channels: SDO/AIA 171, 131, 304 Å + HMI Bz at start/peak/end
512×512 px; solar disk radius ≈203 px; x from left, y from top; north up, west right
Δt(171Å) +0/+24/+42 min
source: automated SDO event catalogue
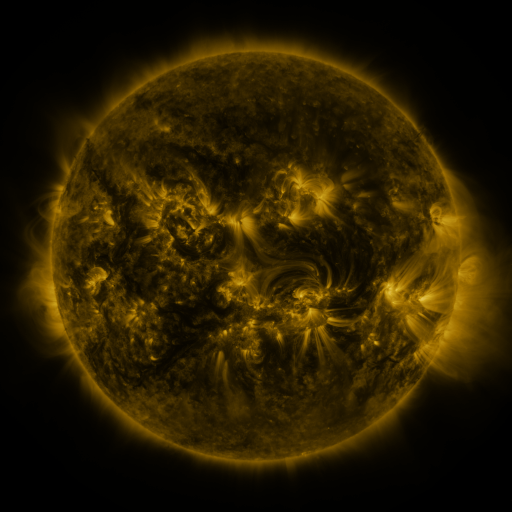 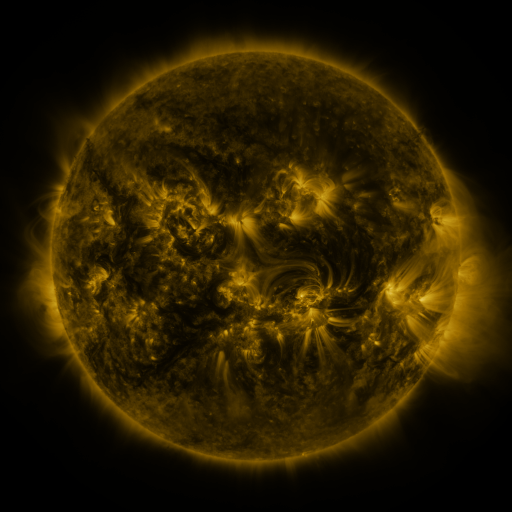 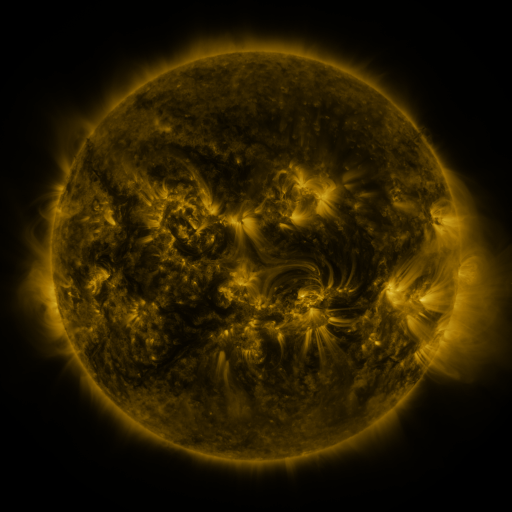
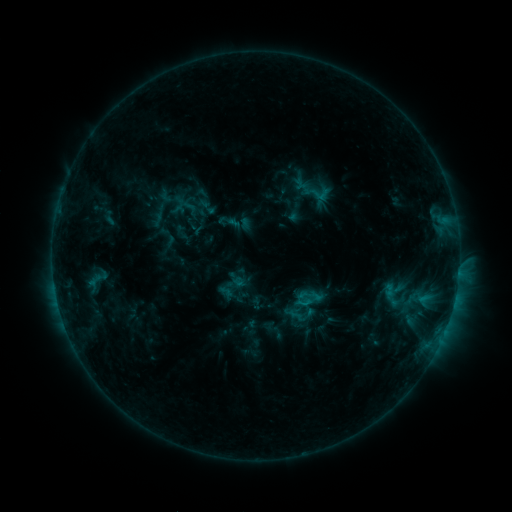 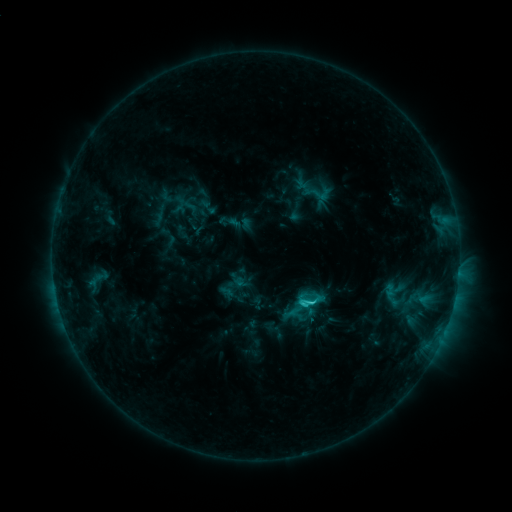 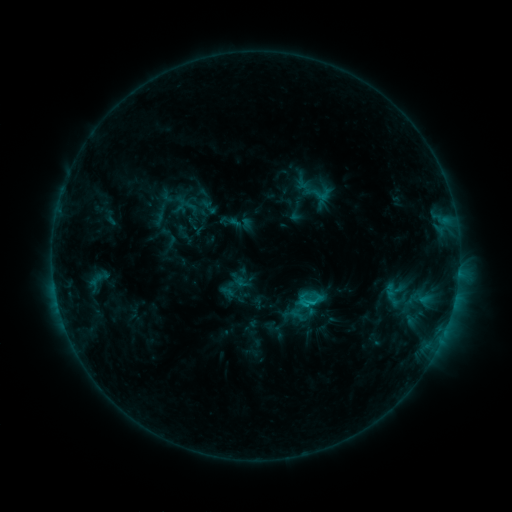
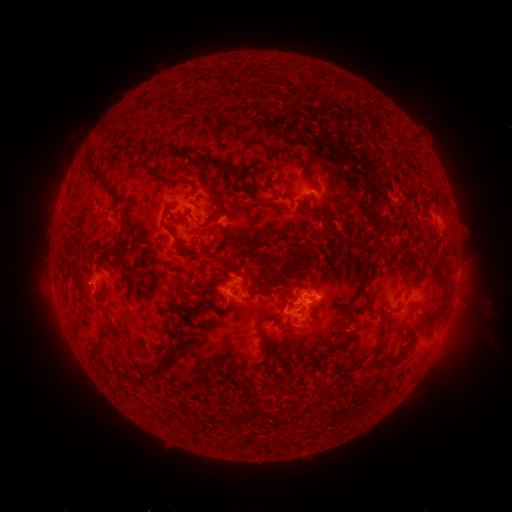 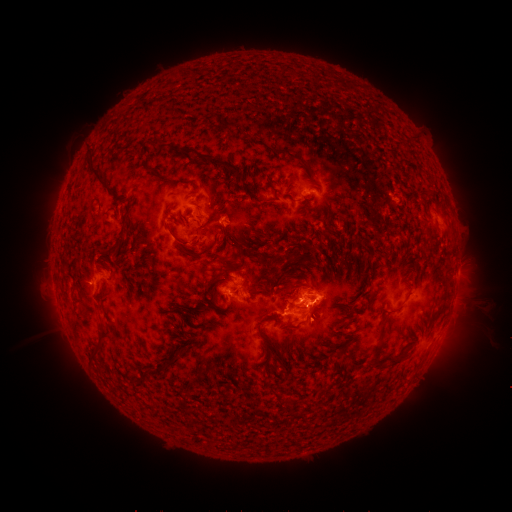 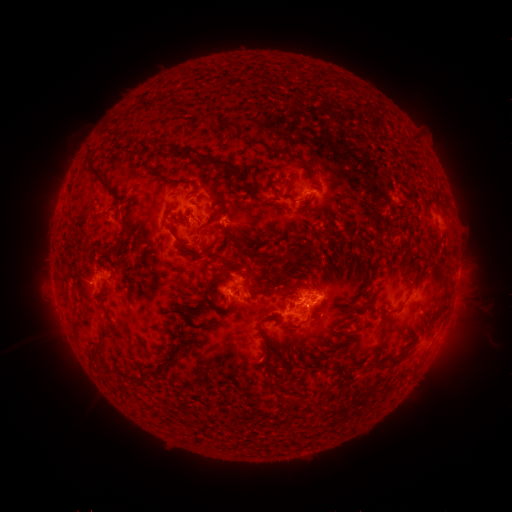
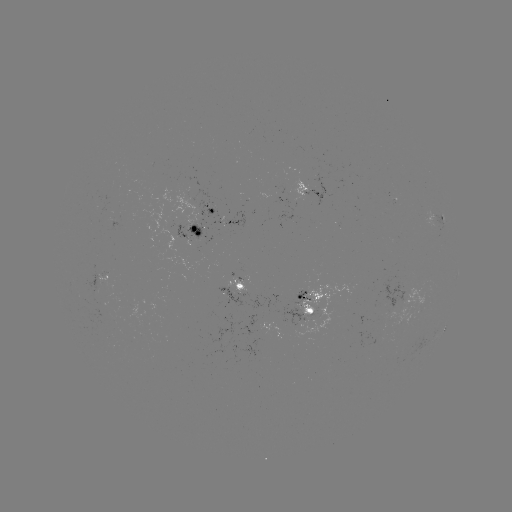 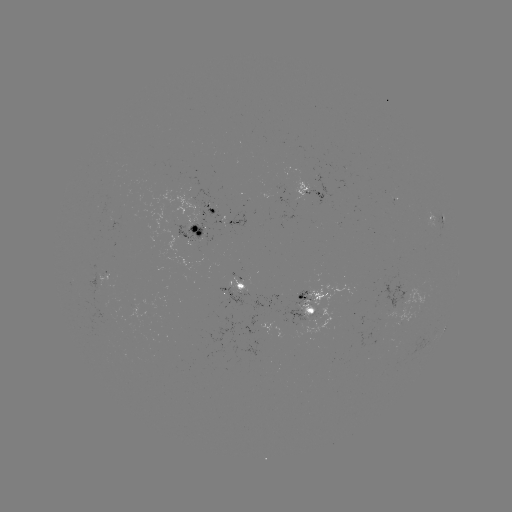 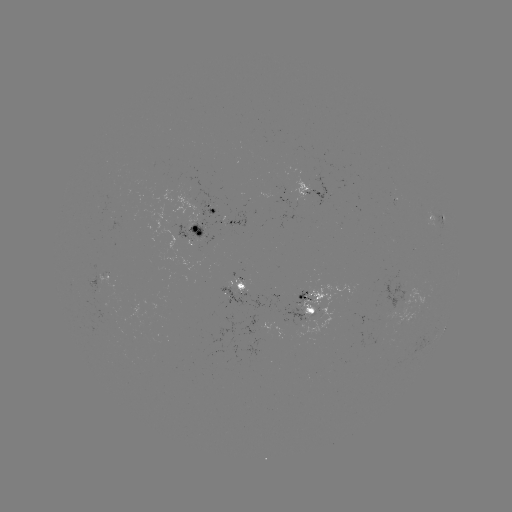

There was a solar flare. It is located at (300, 302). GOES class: C2.3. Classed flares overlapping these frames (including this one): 1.